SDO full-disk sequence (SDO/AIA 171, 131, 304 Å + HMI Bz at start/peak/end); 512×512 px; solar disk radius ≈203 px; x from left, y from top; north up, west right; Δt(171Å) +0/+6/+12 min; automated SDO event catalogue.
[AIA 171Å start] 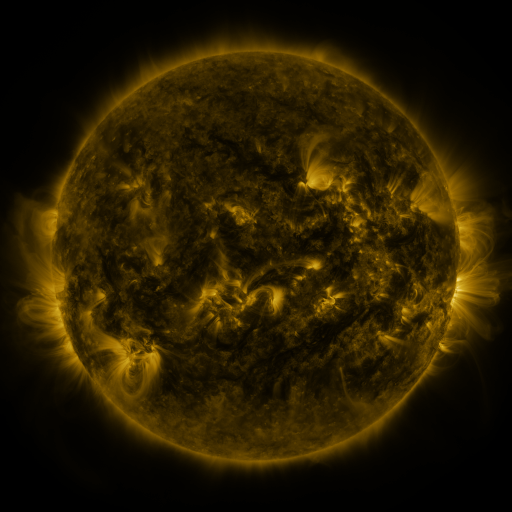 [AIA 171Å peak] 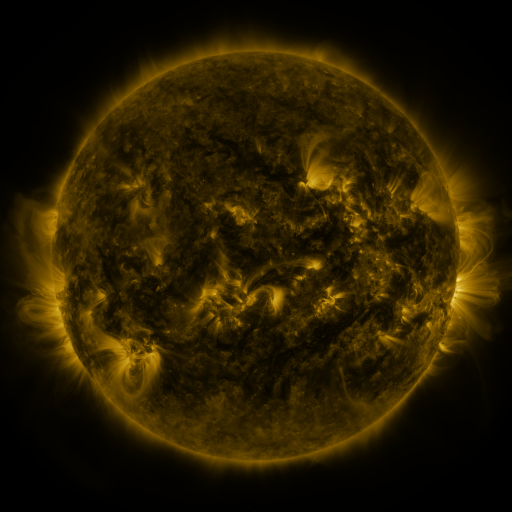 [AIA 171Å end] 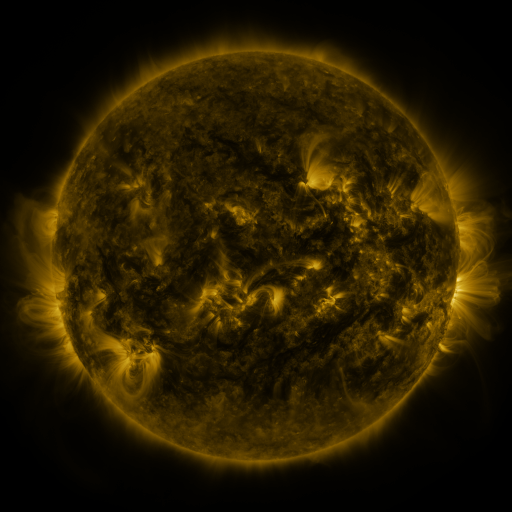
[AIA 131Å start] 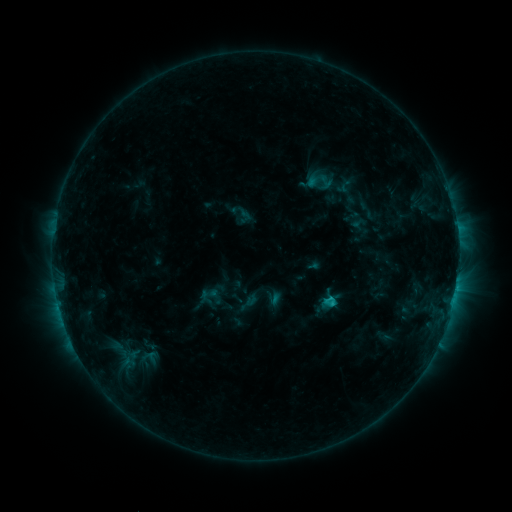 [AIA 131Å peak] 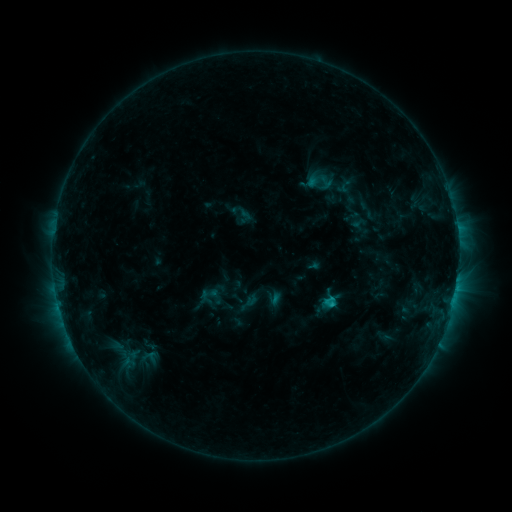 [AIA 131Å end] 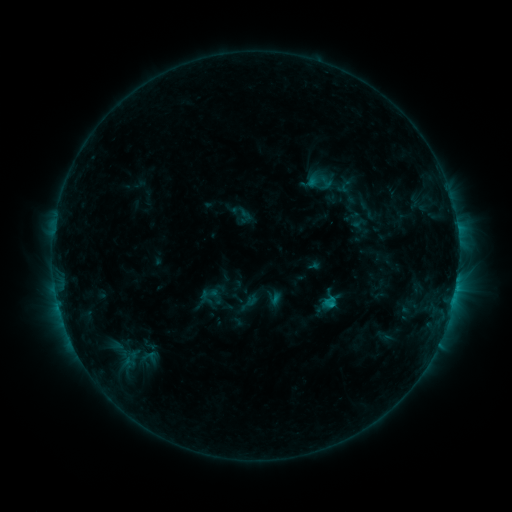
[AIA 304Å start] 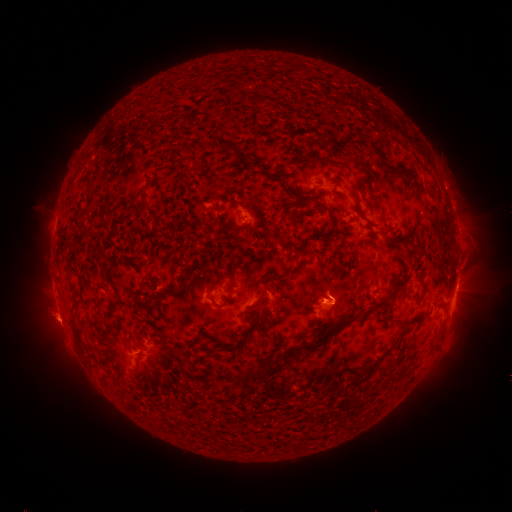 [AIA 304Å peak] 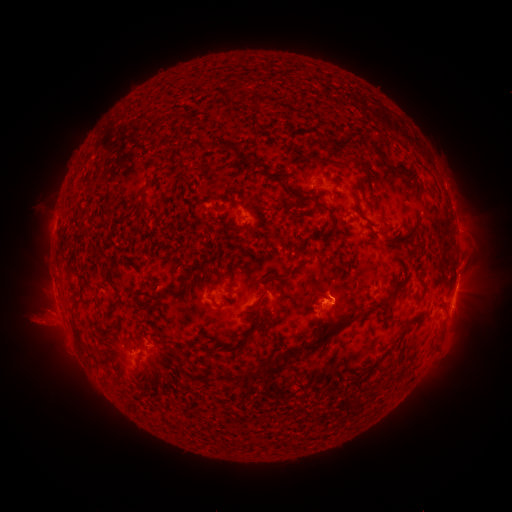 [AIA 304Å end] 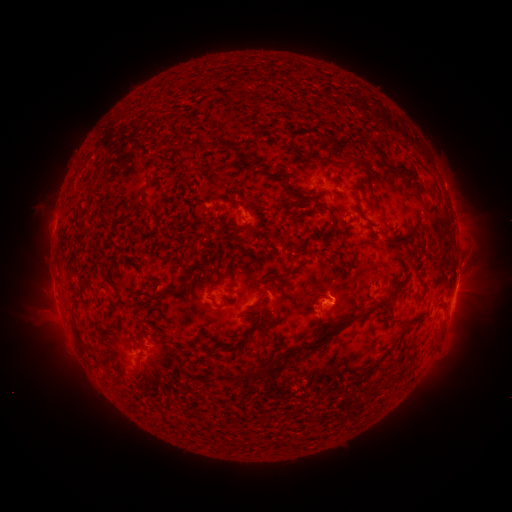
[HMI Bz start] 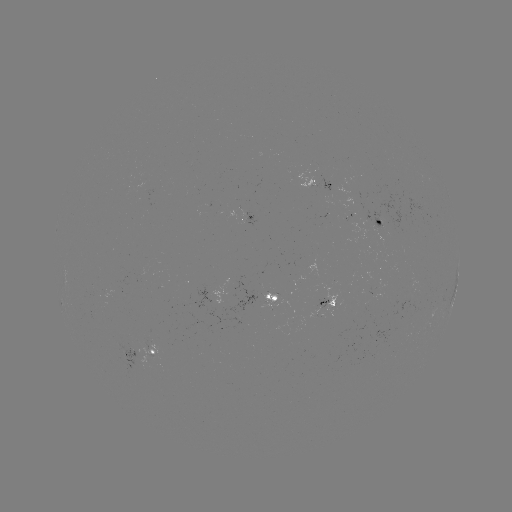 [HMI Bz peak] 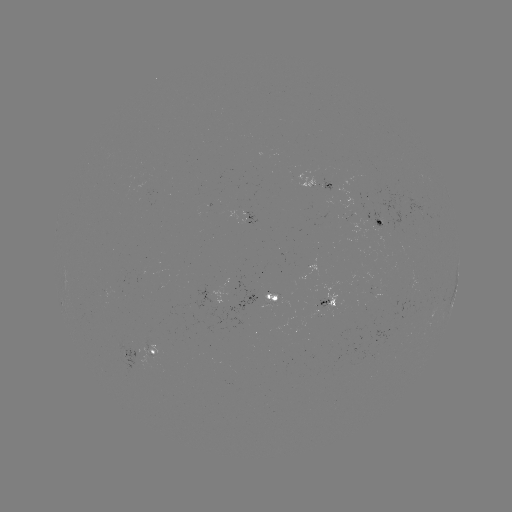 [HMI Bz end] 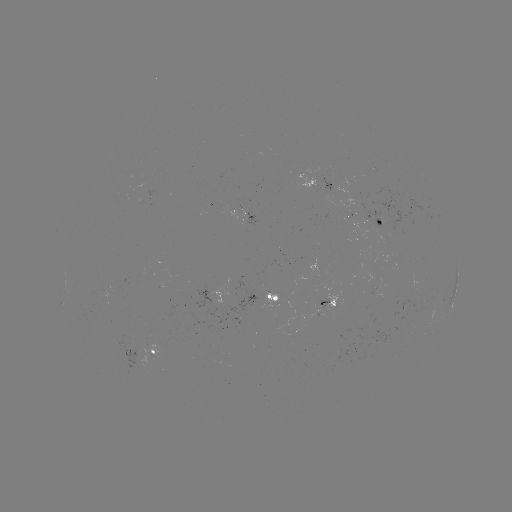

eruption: <bbox>14, 294, 83, 358</bbox>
